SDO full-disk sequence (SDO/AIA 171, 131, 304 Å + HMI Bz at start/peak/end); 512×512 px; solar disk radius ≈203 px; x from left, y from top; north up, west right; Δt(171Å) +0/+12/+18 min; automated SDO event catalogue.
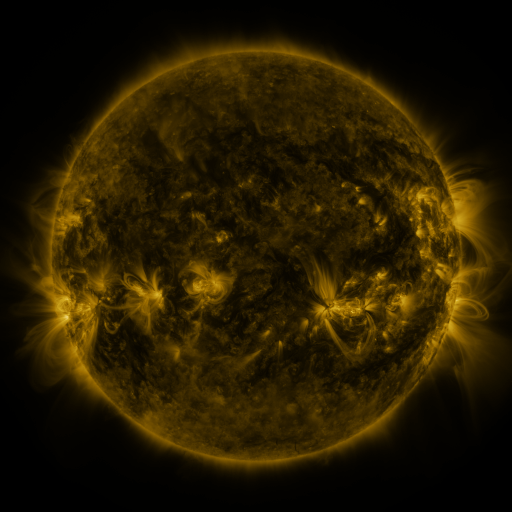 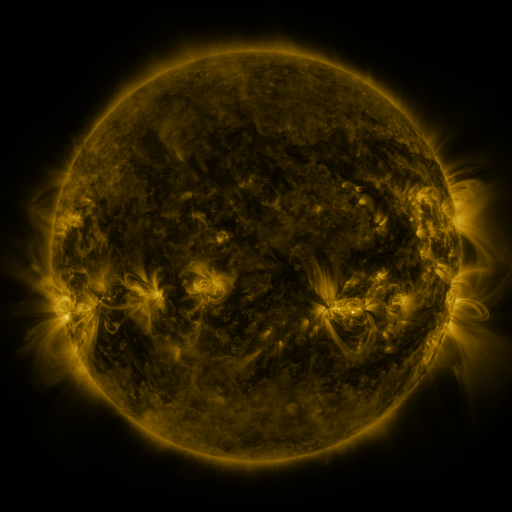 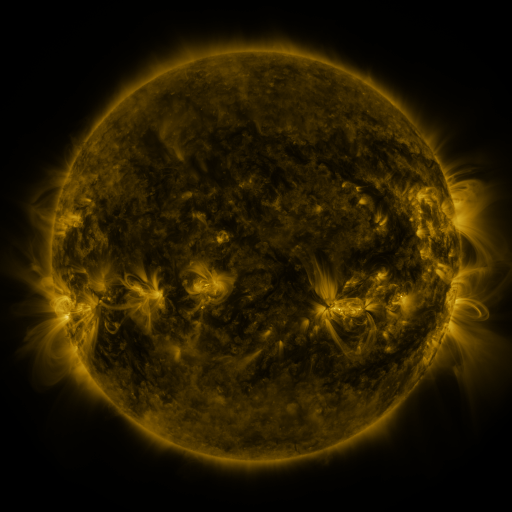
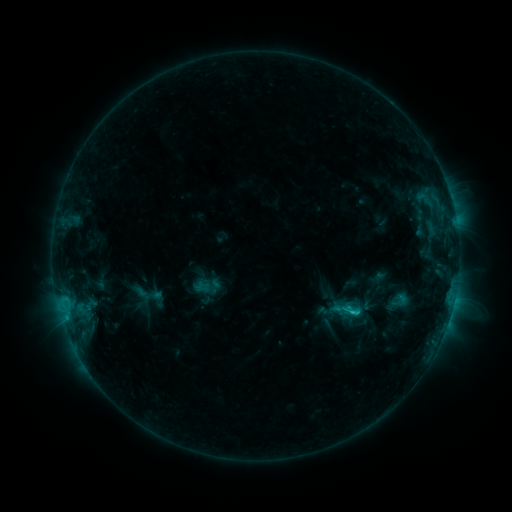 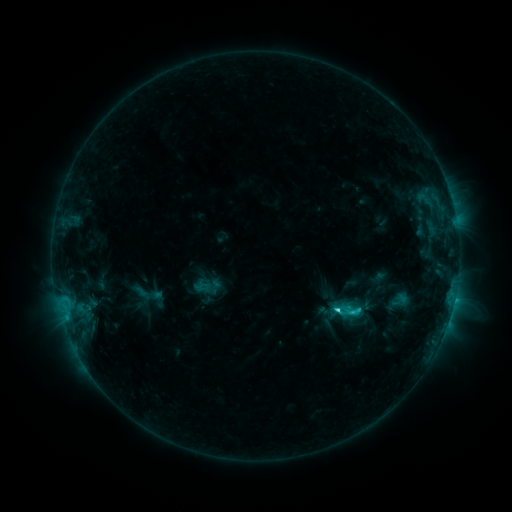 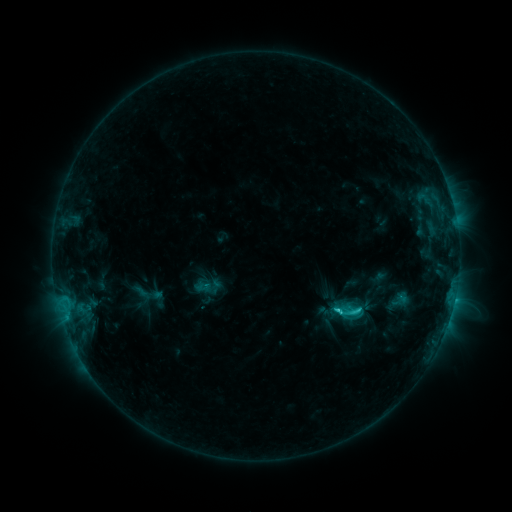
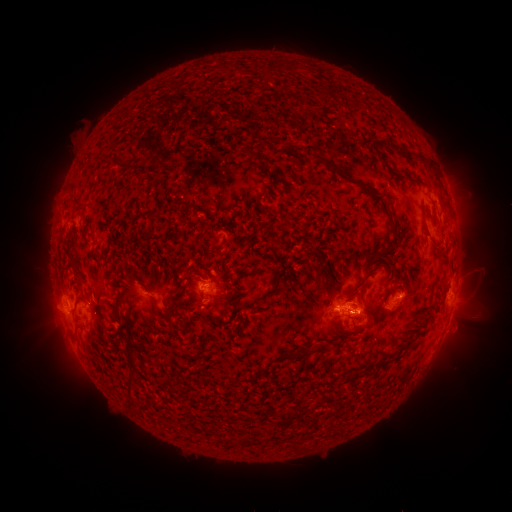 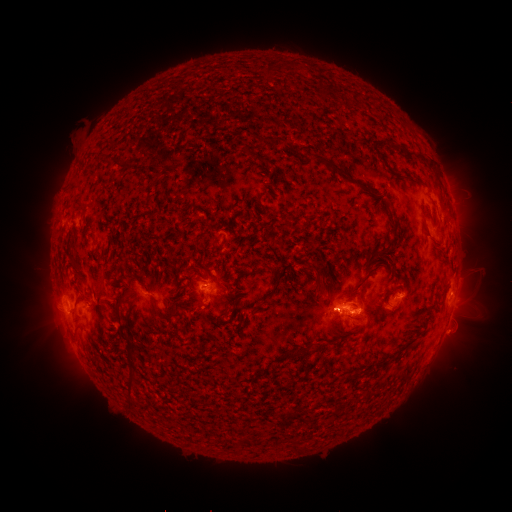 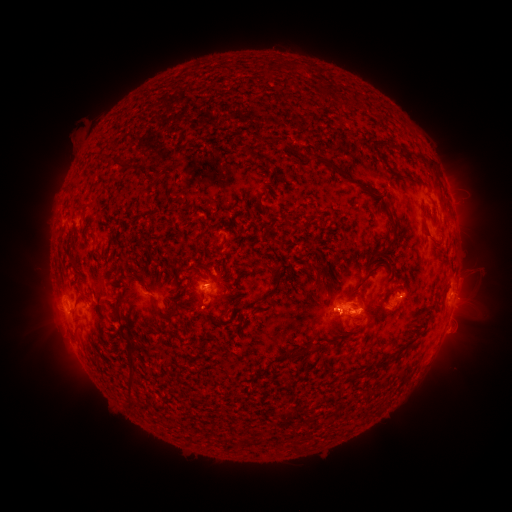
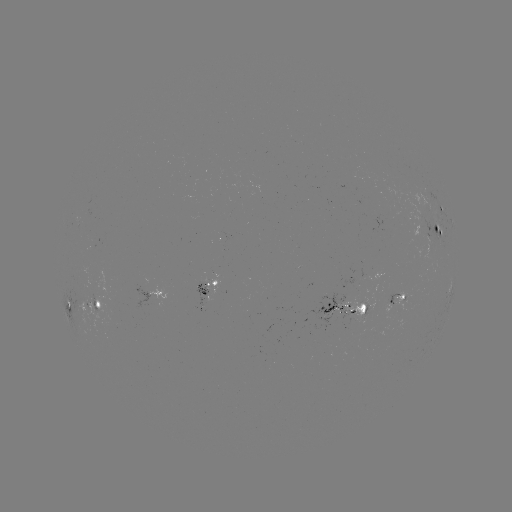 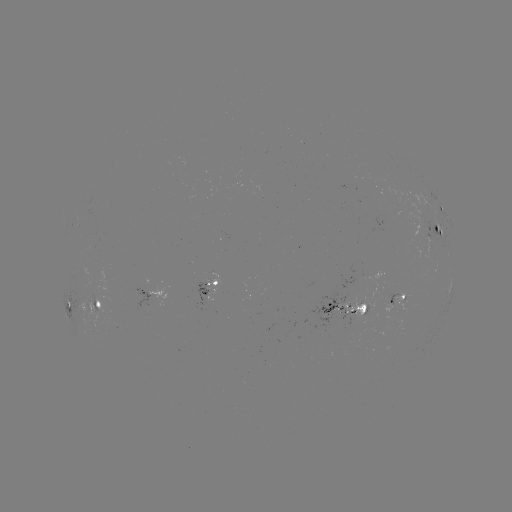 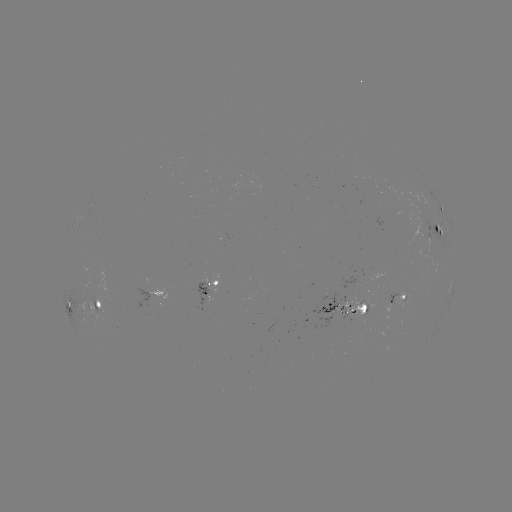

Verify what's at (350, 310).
C3.2 flare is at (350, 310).